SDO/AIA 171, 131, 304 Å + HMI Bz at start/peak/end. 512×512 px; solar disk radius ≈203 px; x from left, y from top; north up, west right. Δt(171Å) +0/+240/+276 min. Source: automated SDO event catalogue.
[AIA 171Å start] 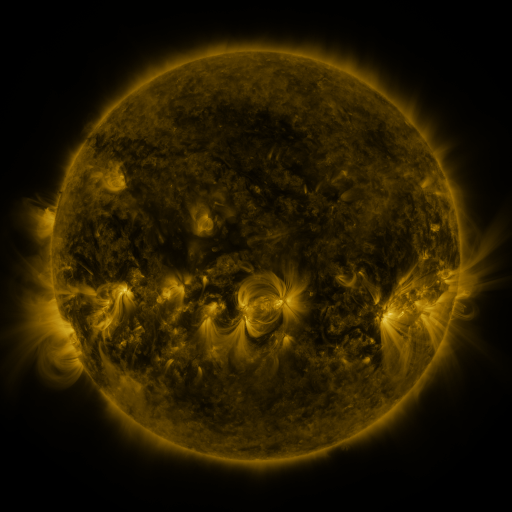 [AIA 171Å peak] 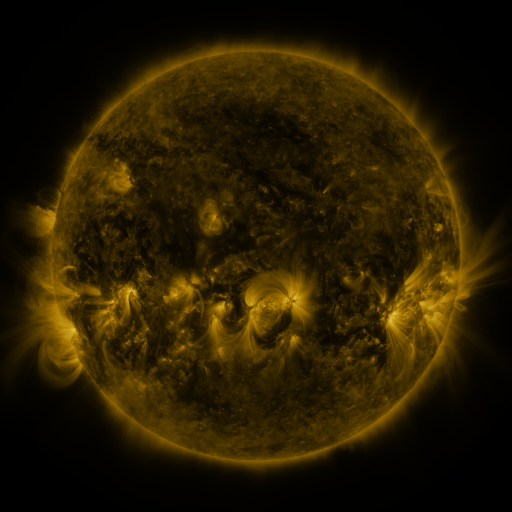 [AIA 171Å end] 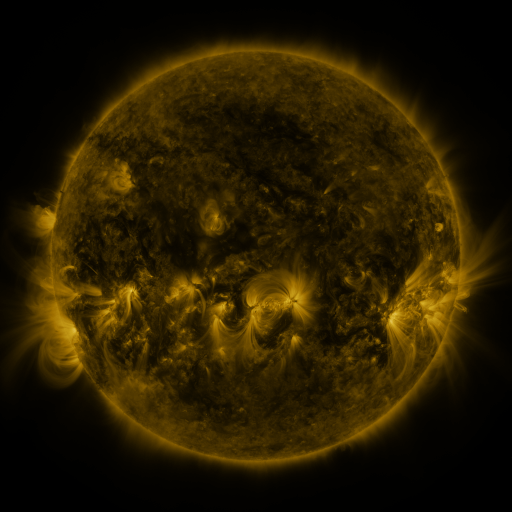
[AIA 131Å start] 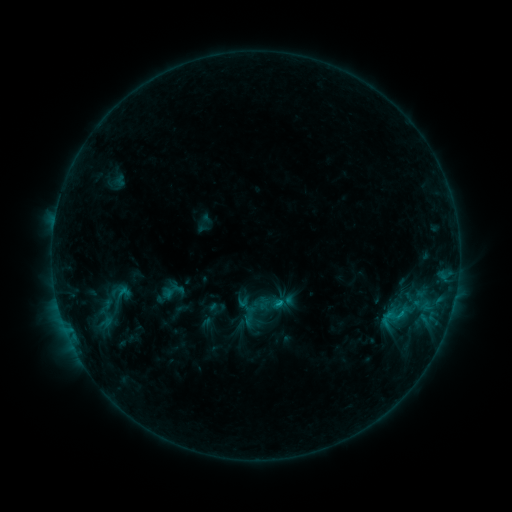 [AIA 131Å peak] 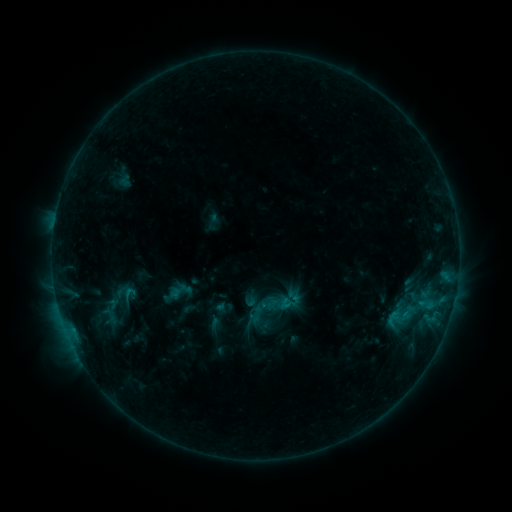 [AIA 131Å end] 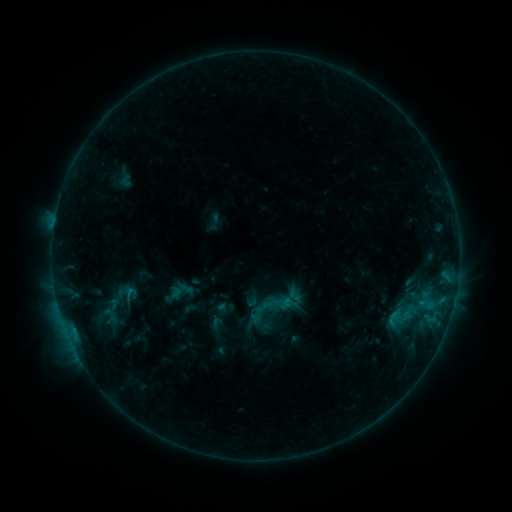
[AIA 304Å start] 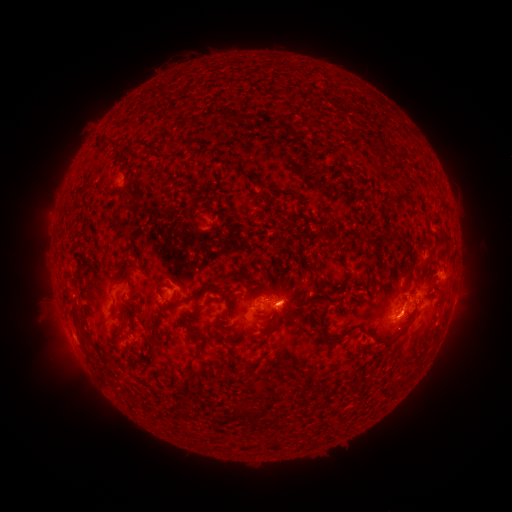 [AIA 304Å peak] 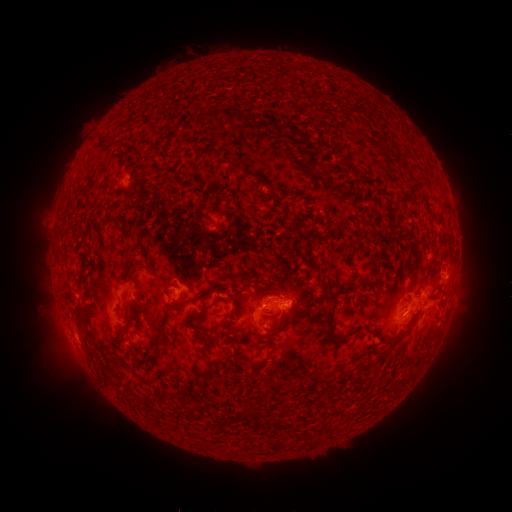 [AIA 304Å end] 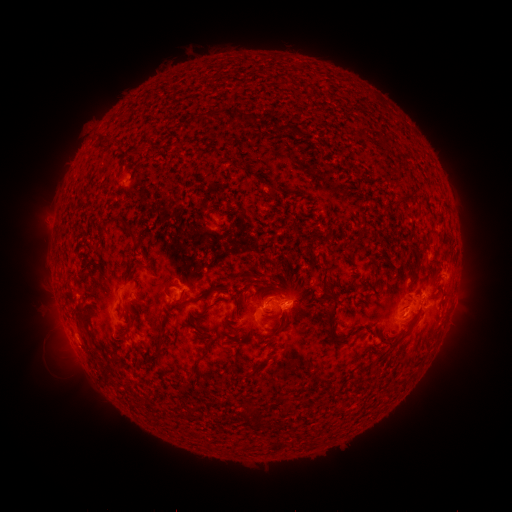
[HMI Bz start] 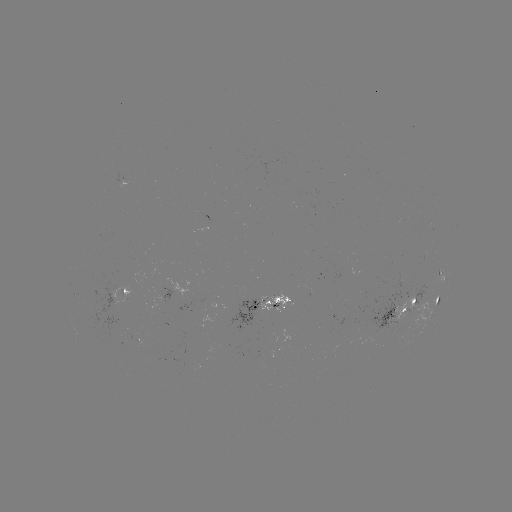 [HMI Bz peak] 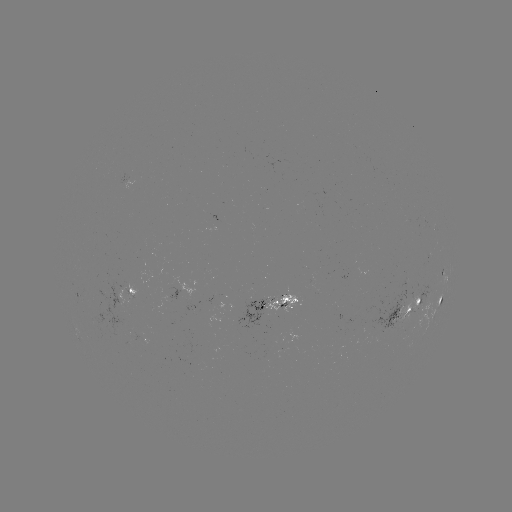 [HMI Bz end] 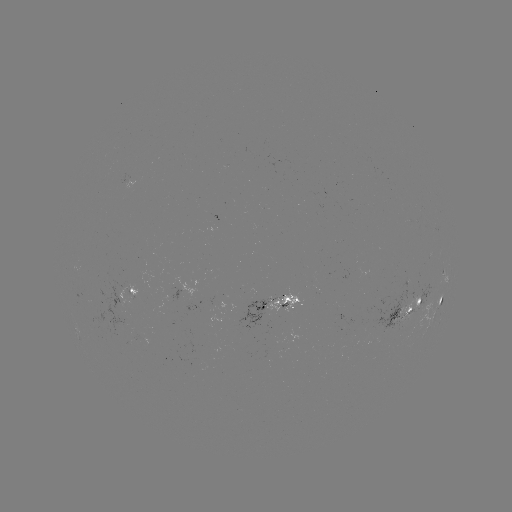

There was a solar emerging-flux region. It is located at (282, 300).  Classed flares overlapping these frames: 4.